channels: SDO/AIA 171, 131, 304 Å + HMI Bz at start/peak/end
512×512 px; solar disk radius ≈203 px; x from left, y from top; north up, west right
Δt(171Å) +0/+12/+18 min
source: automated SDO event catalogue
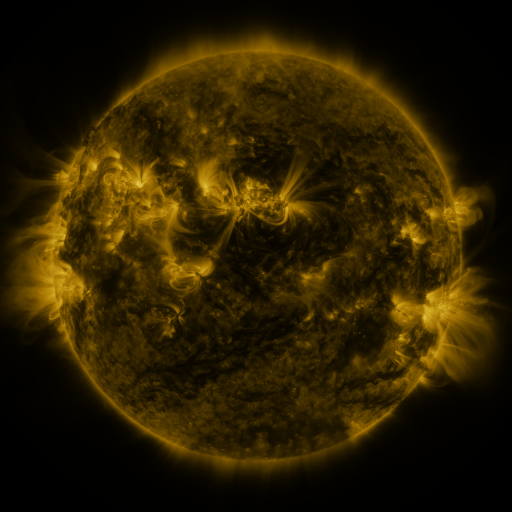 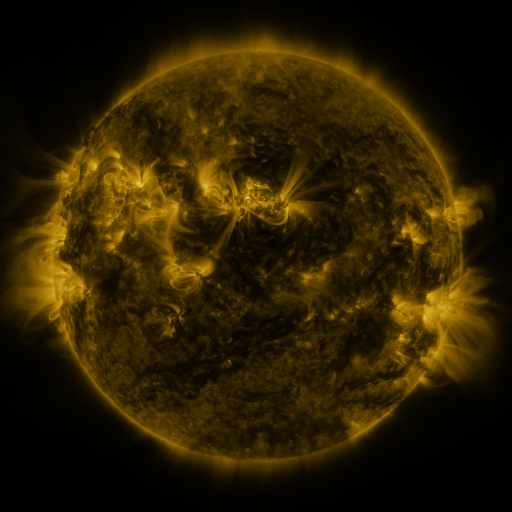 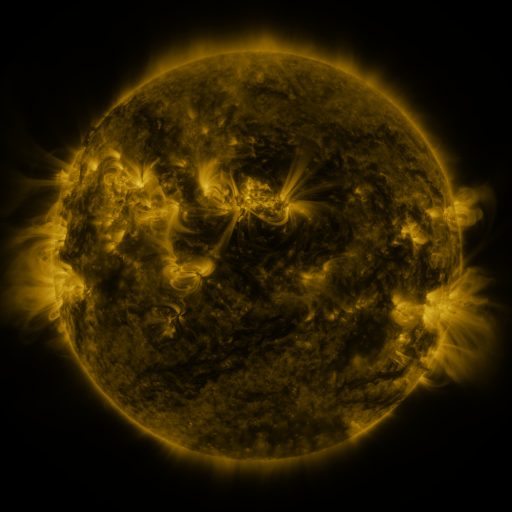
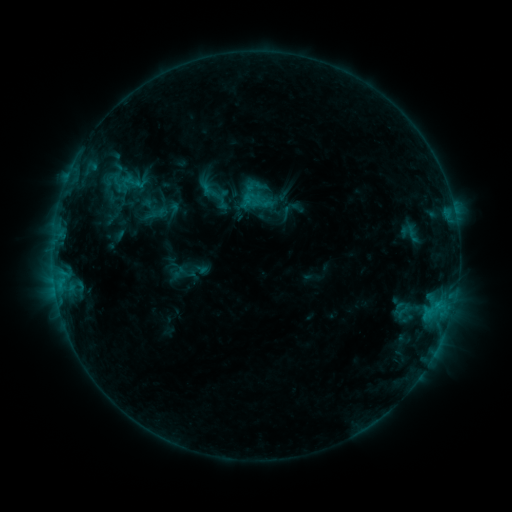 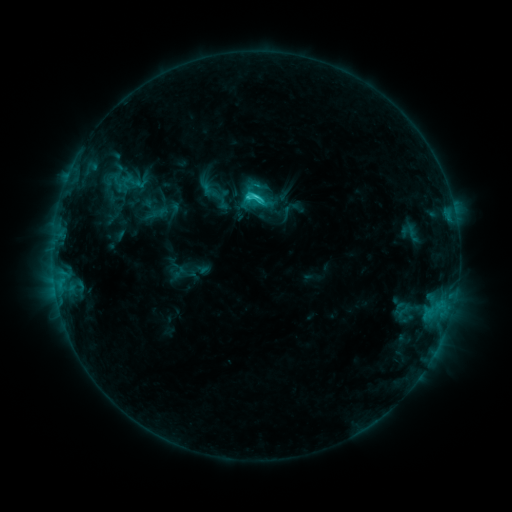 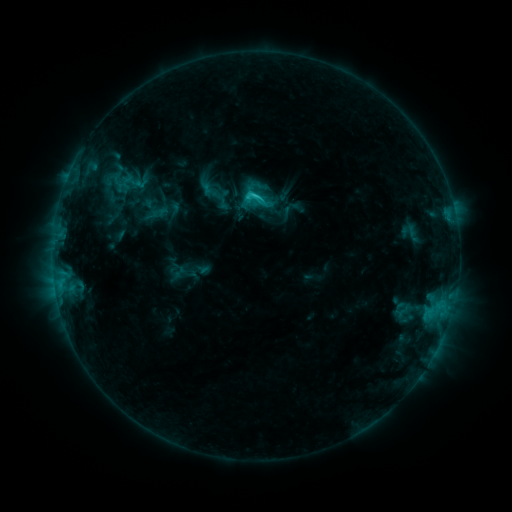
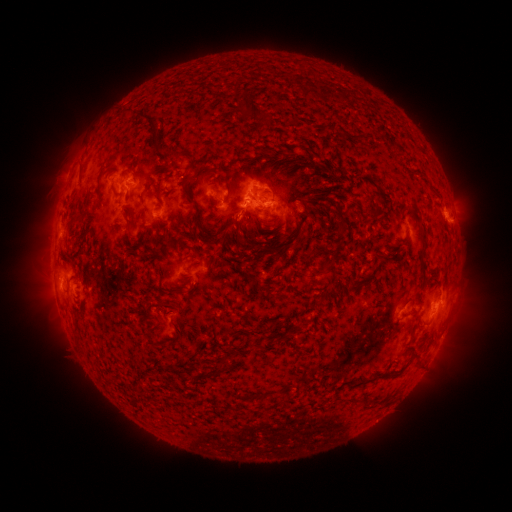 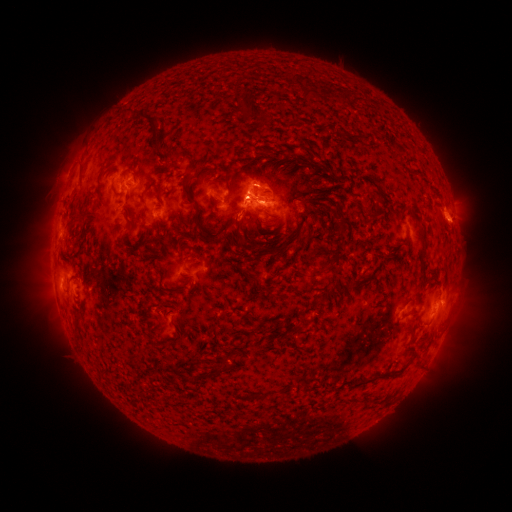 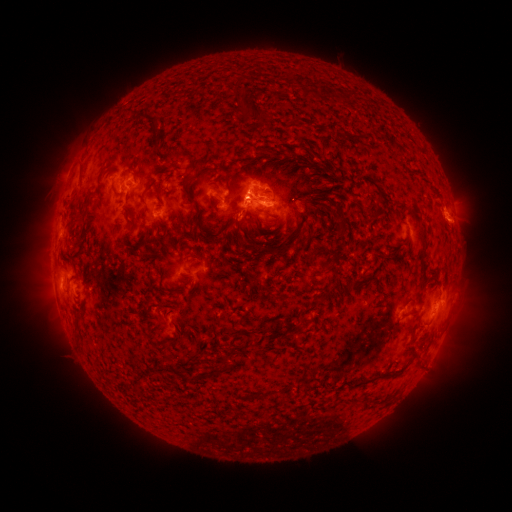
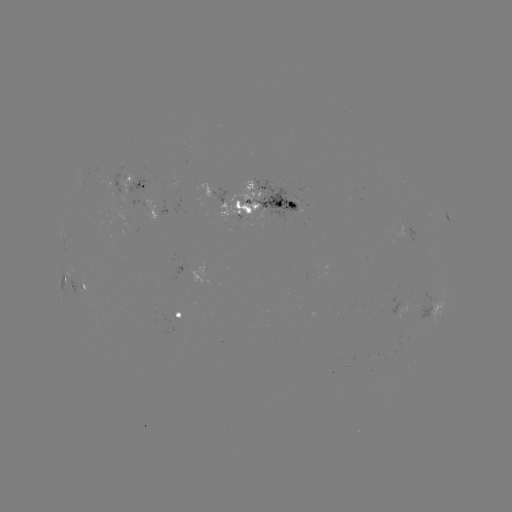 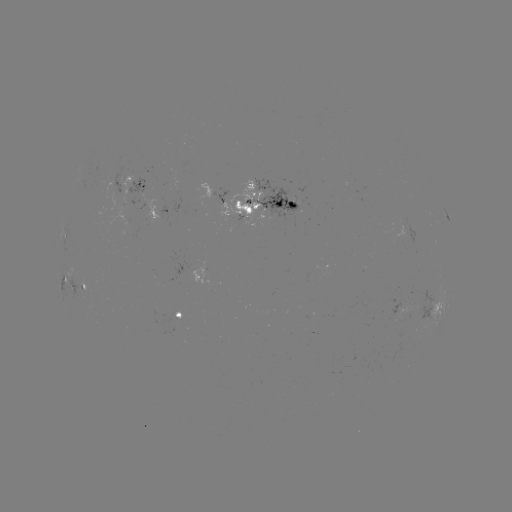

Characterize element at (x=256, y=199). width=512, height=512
C2.0 flare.